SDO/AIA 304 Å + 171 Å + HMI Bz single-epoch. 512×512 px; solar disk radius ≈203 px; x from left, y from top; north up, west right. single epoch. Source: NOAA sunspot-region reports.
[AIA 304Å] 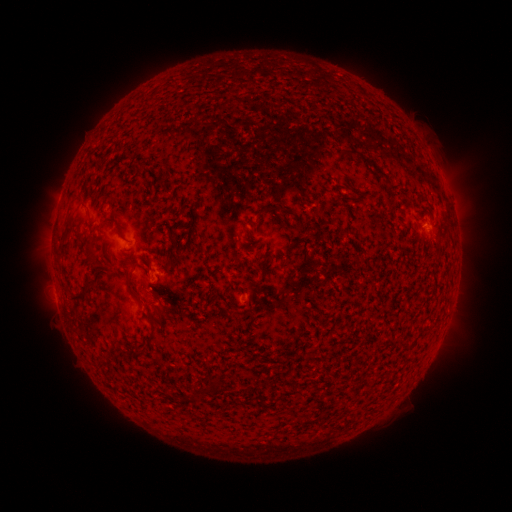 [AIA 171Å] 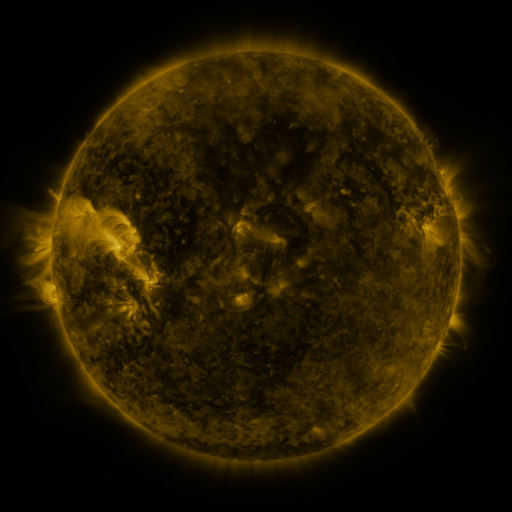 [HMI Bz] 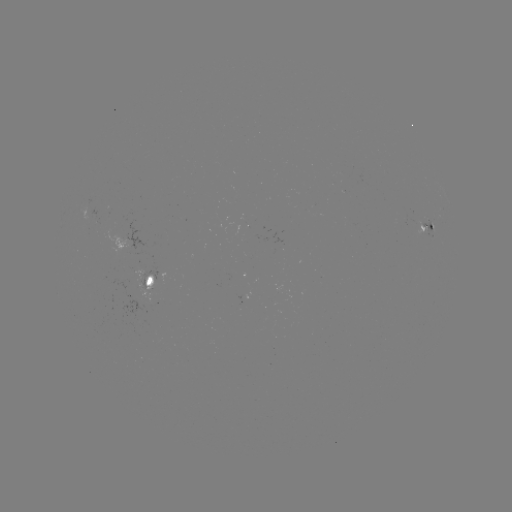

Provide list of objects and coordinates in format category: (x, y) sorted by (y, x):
spotted active region: (427, 229)
spotted active region: (151, 280)
